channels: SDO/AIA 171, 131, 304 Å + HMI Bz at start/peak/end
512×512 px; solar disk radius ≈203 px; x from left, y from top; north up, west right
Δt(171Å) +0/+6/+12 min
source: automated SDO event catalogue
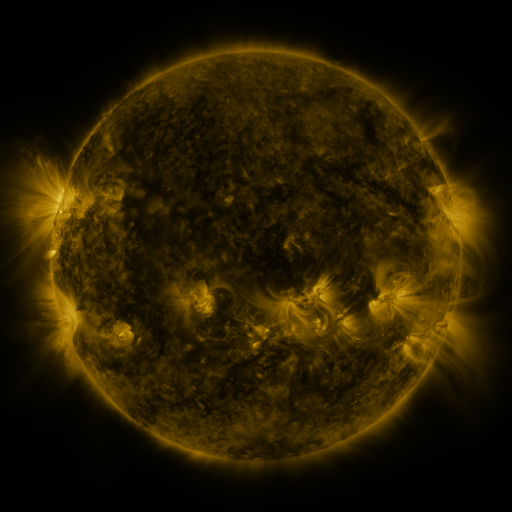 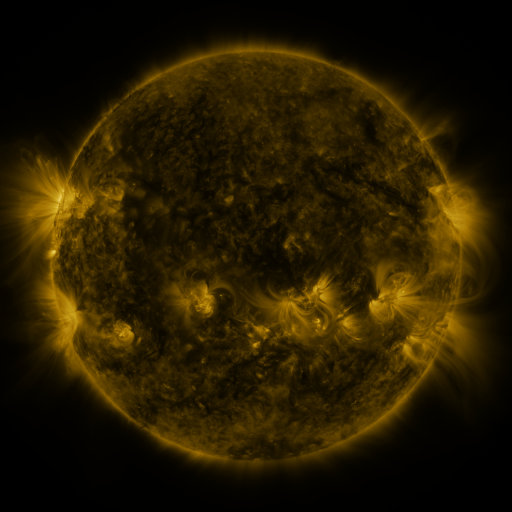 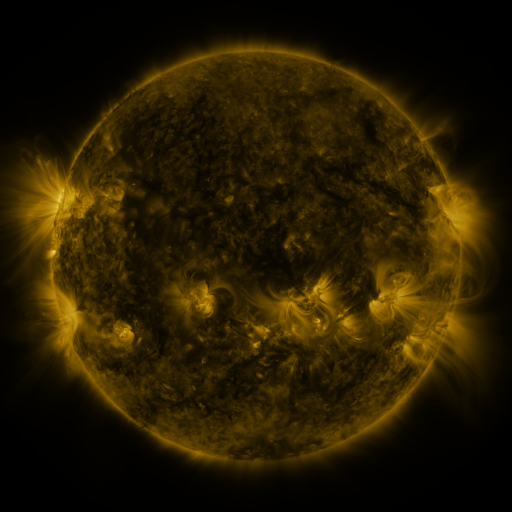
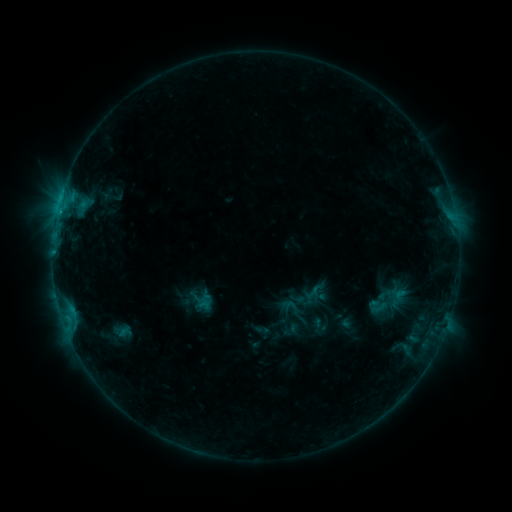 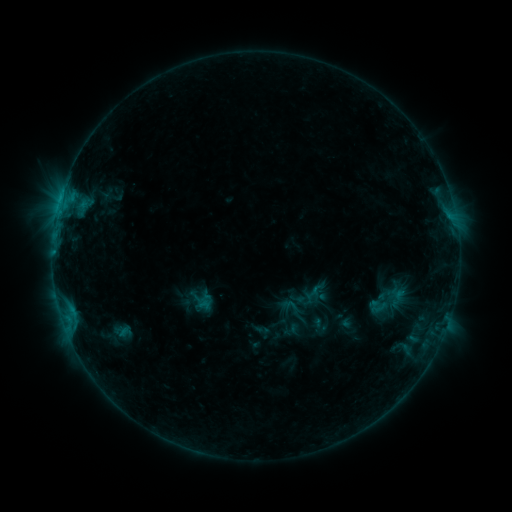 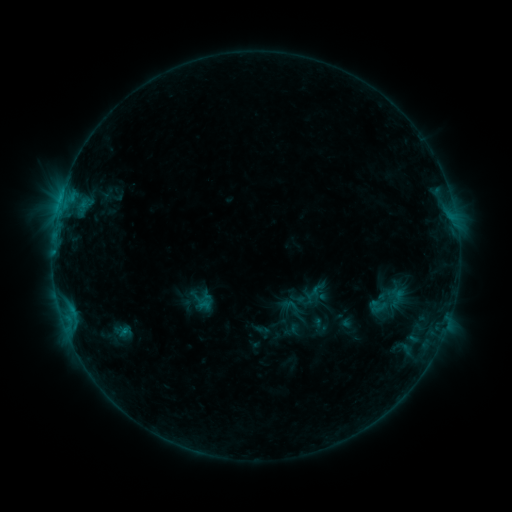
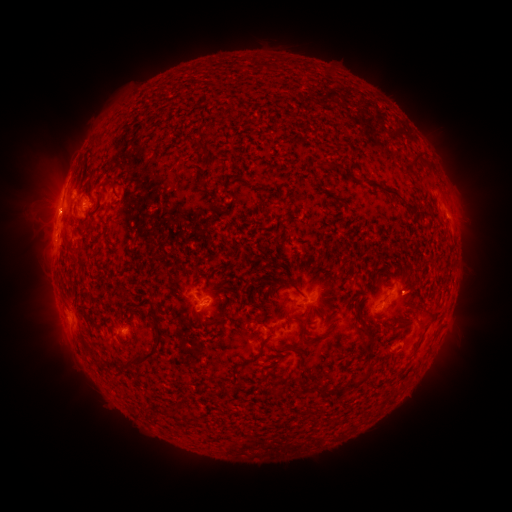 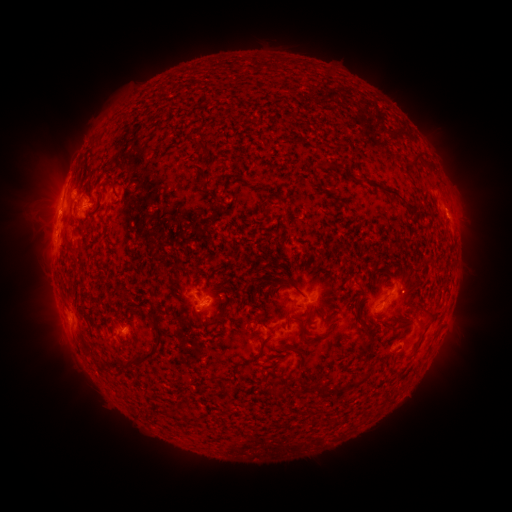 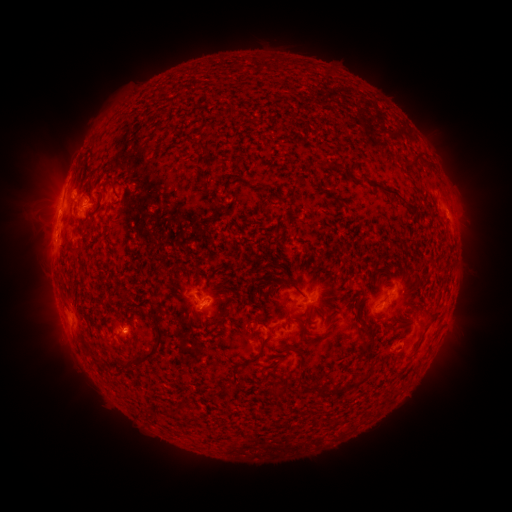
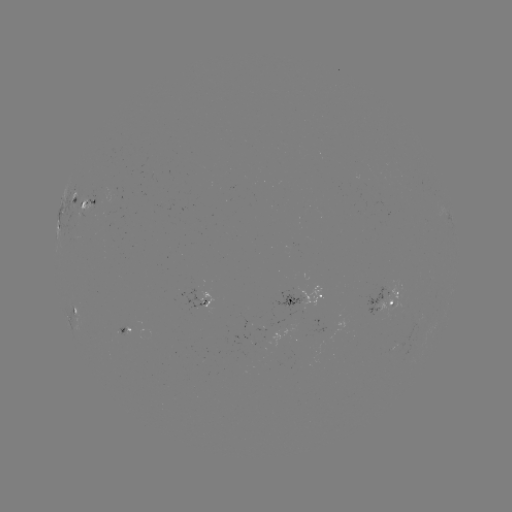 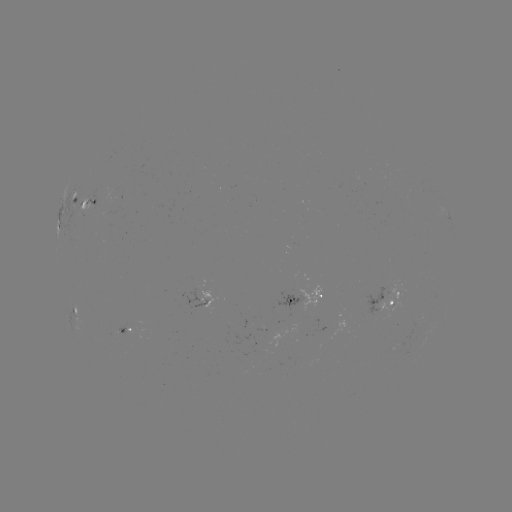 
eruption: <bbox>443, 200, 468, 223</bbox>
